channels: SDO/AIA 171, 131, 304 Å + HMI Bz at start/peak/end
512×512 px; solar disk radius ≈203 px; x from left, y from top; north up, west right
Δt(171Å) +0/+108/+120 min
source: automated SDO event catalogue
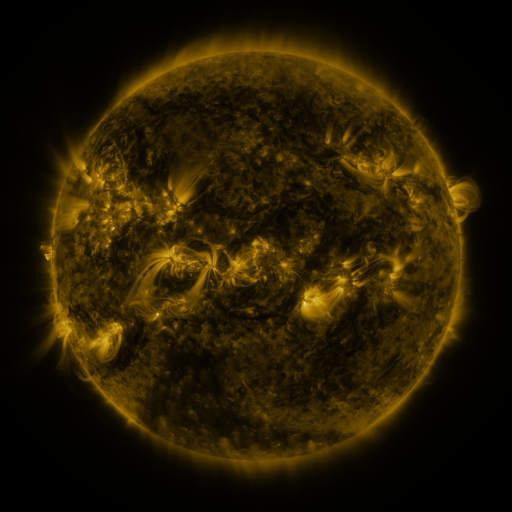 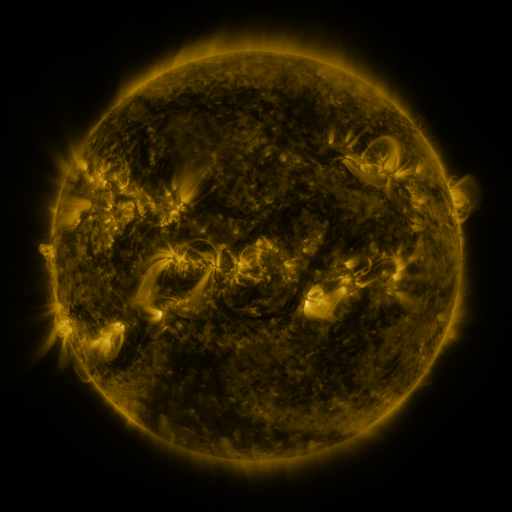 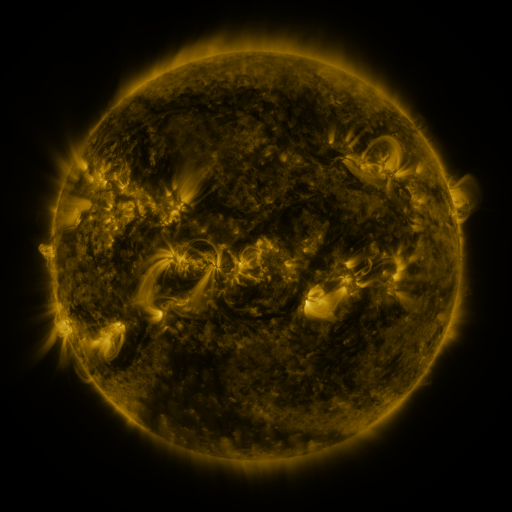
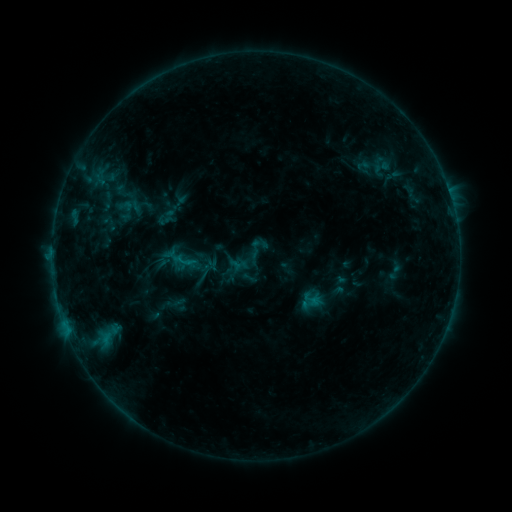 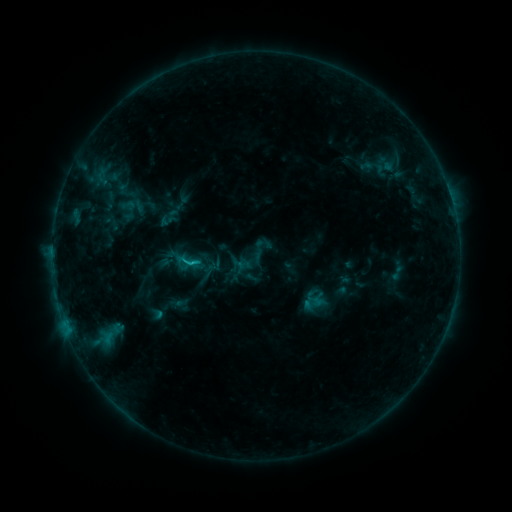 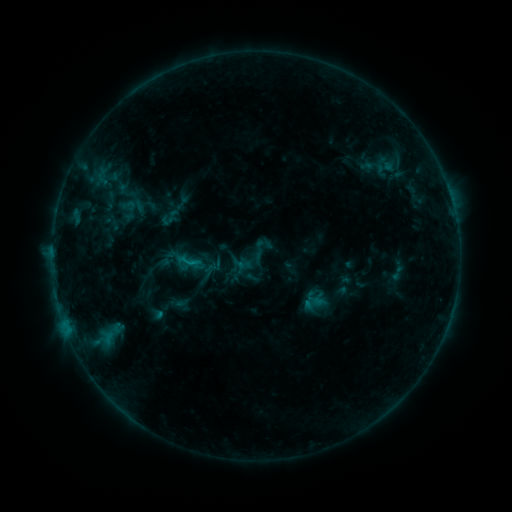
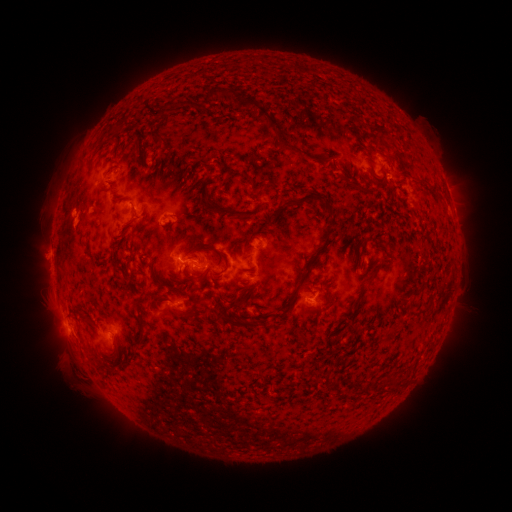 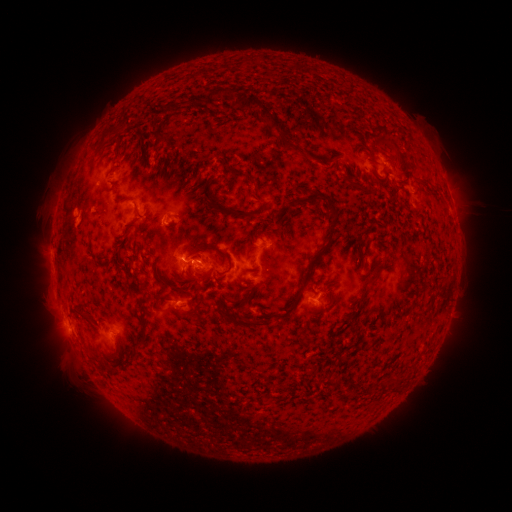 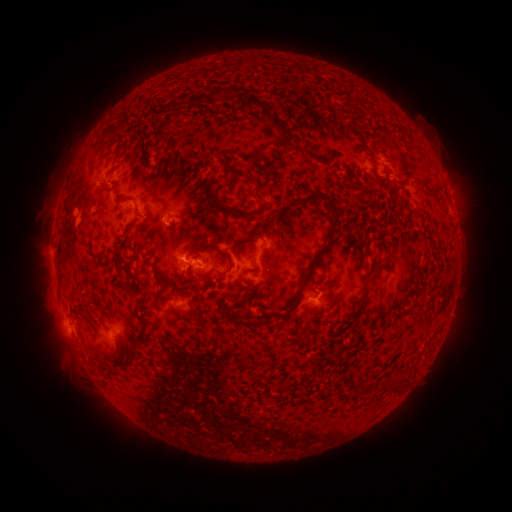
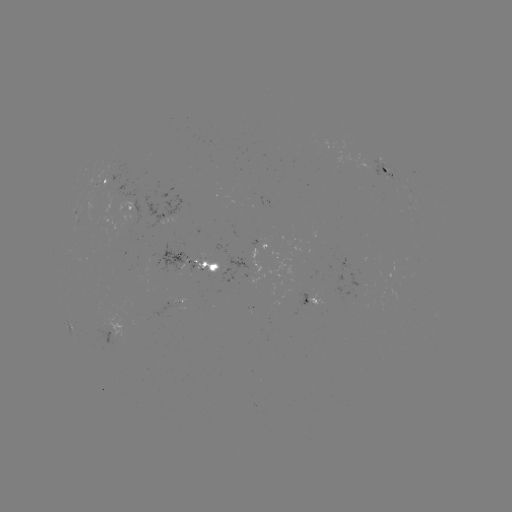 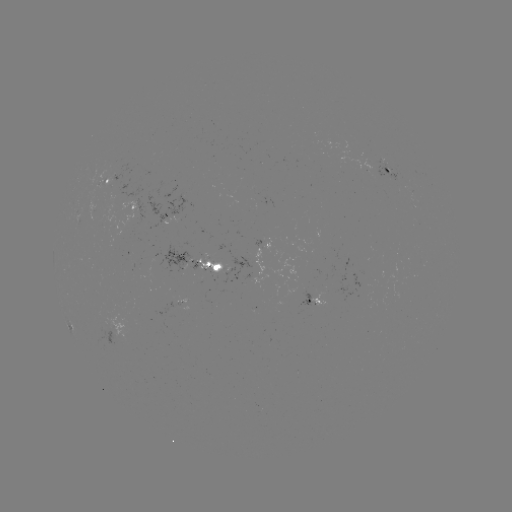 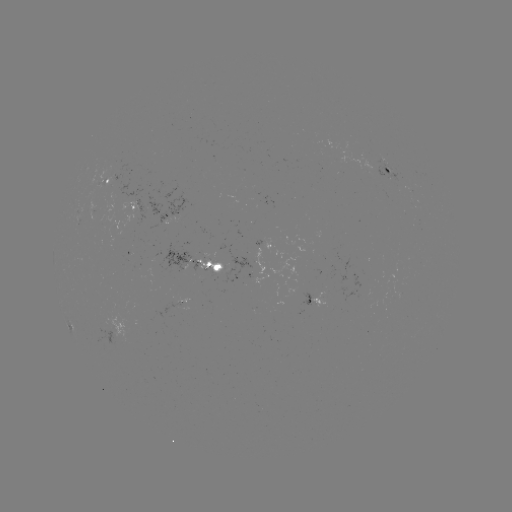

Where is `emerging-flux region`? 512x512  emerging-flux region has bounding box [371, 159, 406, 185].